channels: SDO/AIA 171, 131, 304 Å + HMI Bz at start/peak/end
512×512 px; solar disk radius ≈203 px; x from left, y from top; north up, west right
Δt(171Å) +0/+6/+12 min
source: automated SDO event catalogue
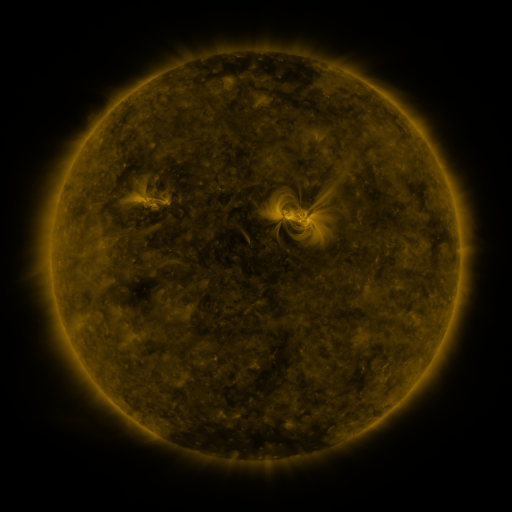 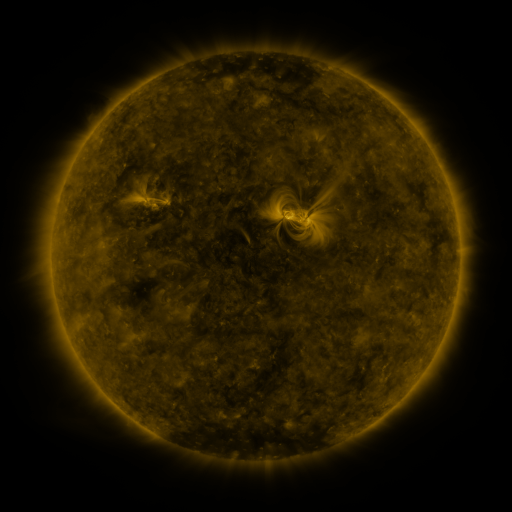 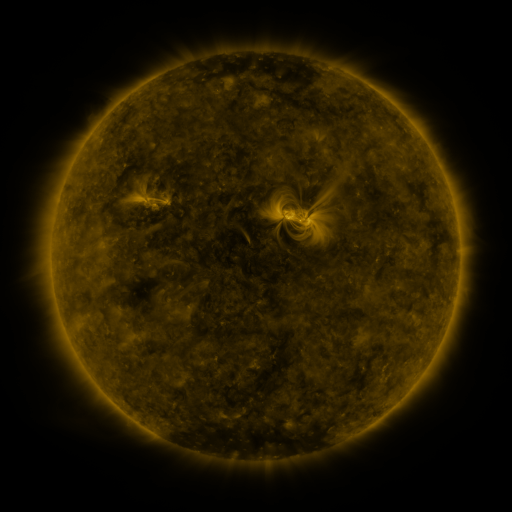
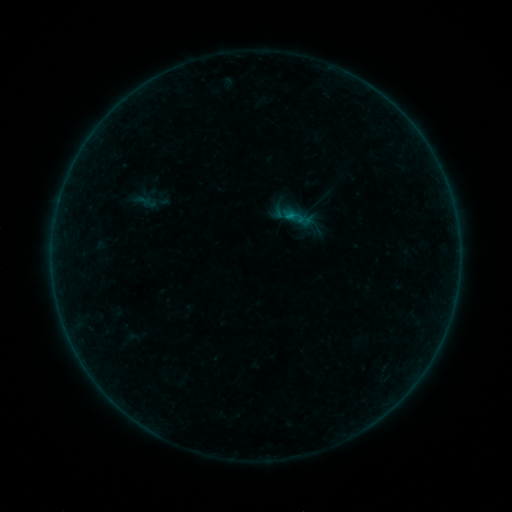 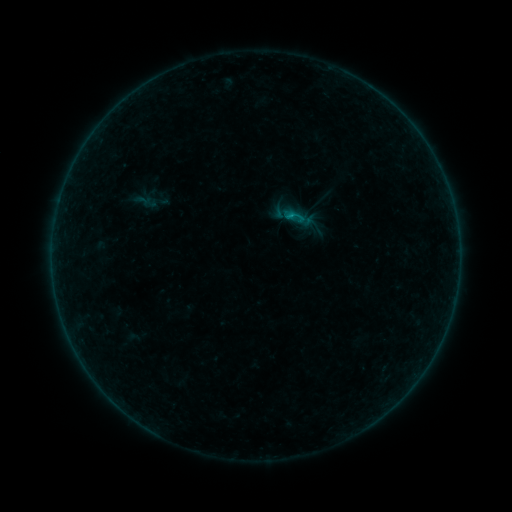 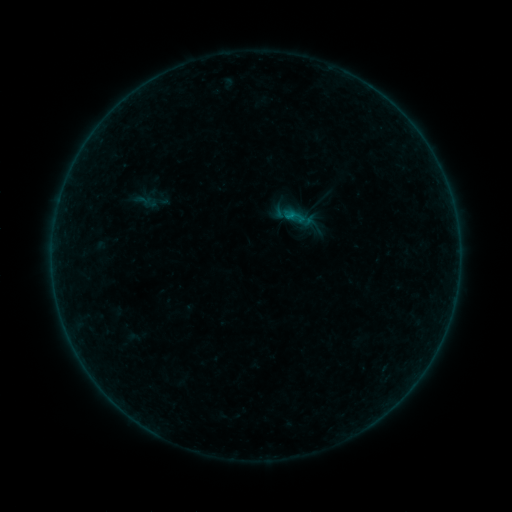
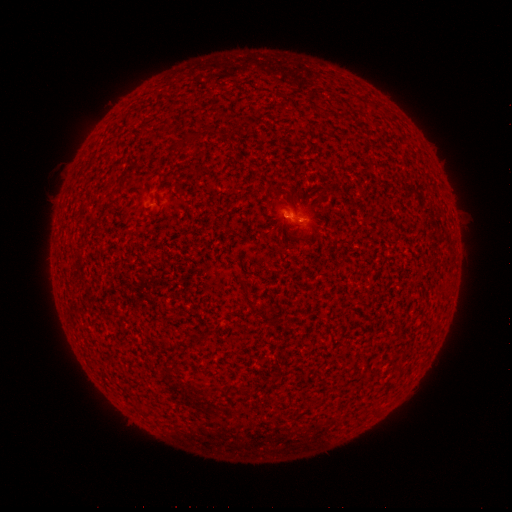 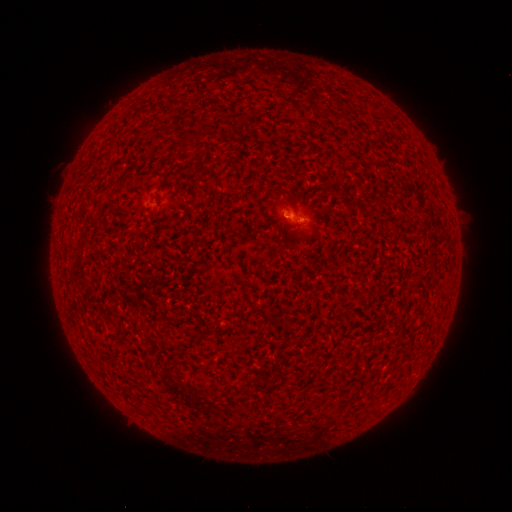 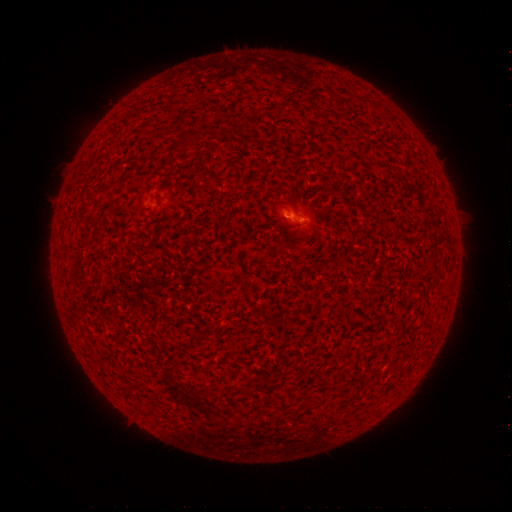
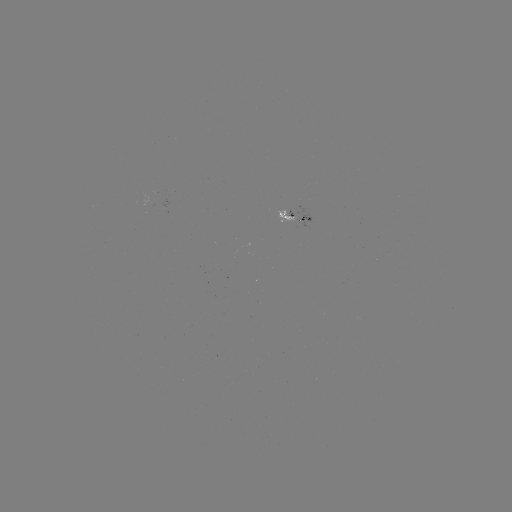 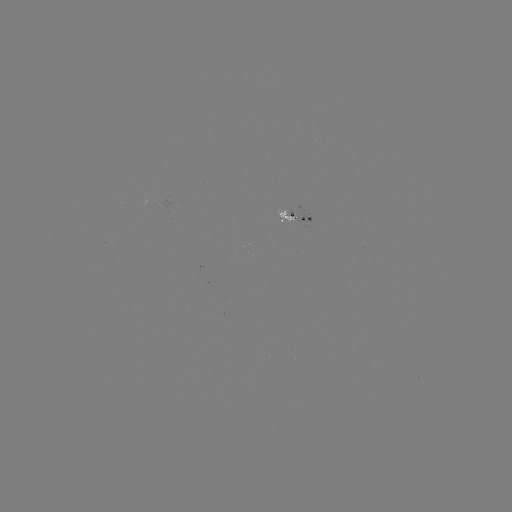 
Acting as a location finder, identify B2.3 flare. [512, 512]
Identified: [287, 219].